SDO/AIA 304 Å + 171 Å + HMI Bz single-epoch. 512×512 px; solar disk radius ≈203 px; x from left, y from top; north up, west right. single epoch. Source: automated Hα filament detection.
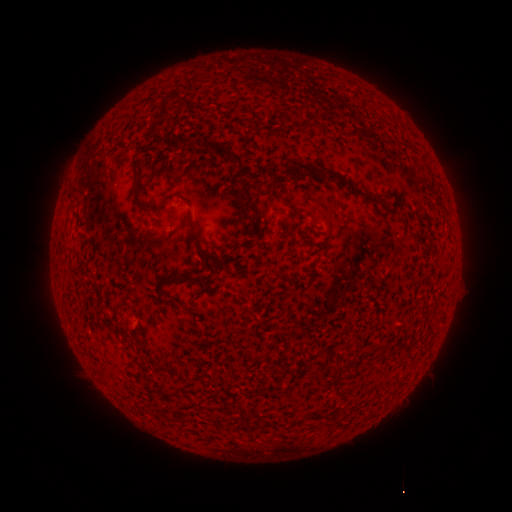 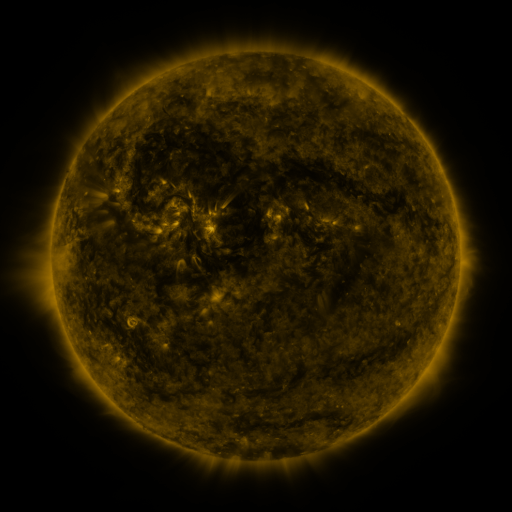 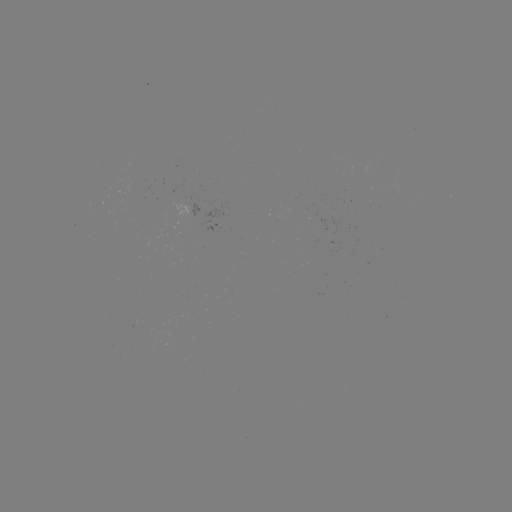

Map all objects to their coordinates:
filament: <bbox>158, 101, 170, 117</bbox>
filament: <bbox>148, 120, 158, 135</bbox>
filament: <bbox>213, 145, 244, 164</bbox>
filament: <bbox>281, 160, 294, 175</bbox>
filament: <bbox>308, 165, 389, 206</bbox>
filament: <bbox>233, 174, 248, 186</bbox>
filament: <bbox>269, 176, 277, 189</bbox>
filament: <bbox>131, 181, 142, 197</bbox>
filament: <bbox>239, 183, 251, 200</bbox>
filament: <bbox>274, 192, 284, 200</bbox>
filament: <bbox>160, 193, 174, 203</bbox>
filament: <bbox>239, 198, 261, 233</bbox>
filament: <bbox>183, 217, 242, 269</bbox>
filament: <bbox>67, 236, 77, 246</bbox>
filament: <bbox>158, 273, 194, 286</bbox>
filament: <bbox>341, 361, 351, 370</bbox>
filament: <bbox>331, 414, 344, 425</bbox>
